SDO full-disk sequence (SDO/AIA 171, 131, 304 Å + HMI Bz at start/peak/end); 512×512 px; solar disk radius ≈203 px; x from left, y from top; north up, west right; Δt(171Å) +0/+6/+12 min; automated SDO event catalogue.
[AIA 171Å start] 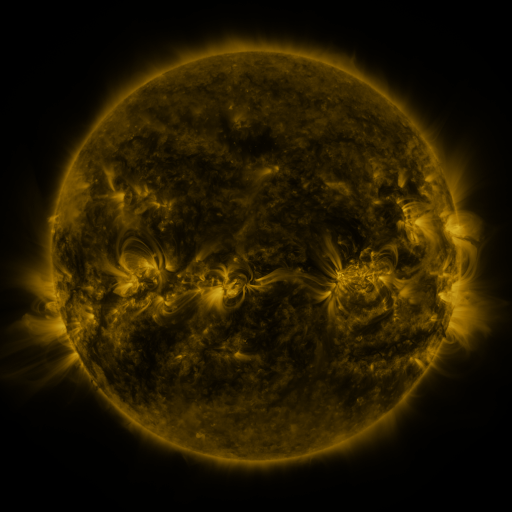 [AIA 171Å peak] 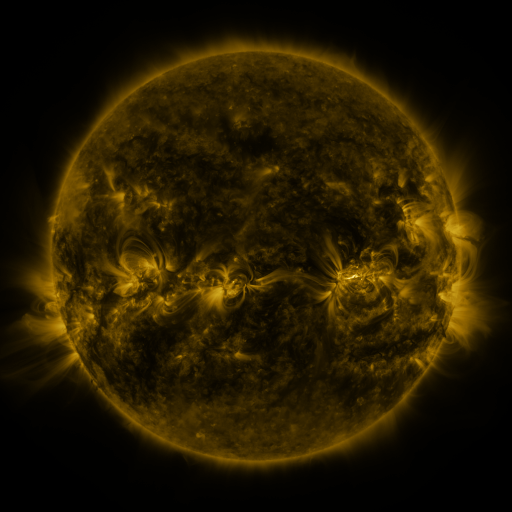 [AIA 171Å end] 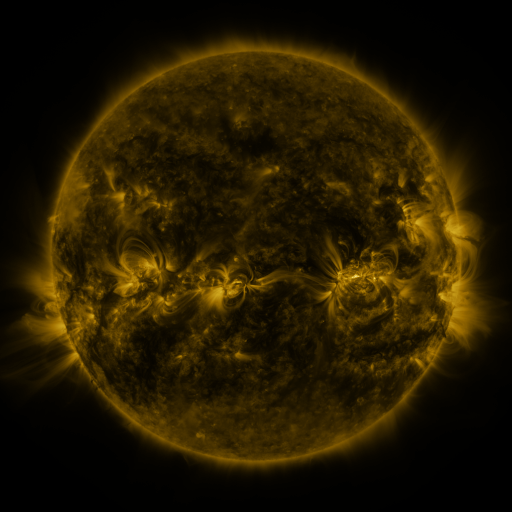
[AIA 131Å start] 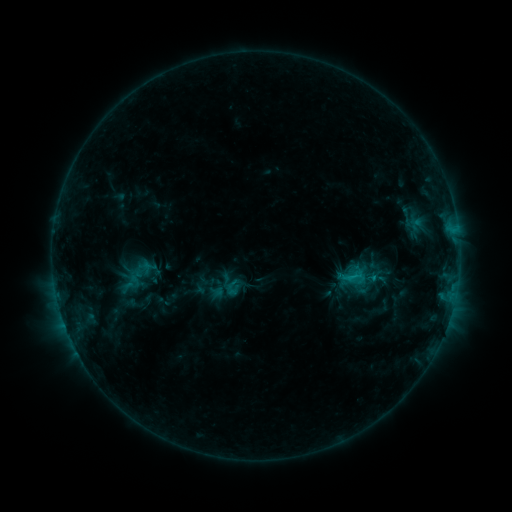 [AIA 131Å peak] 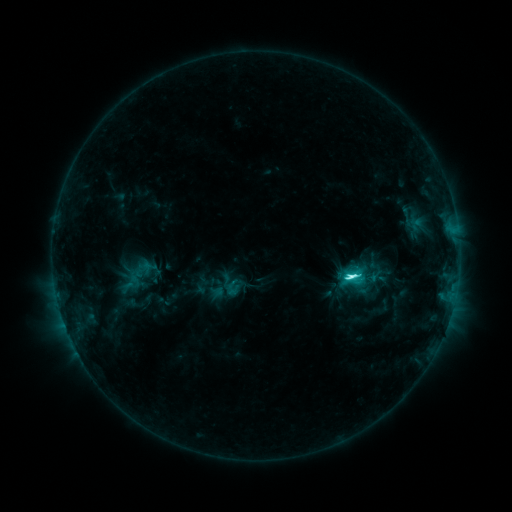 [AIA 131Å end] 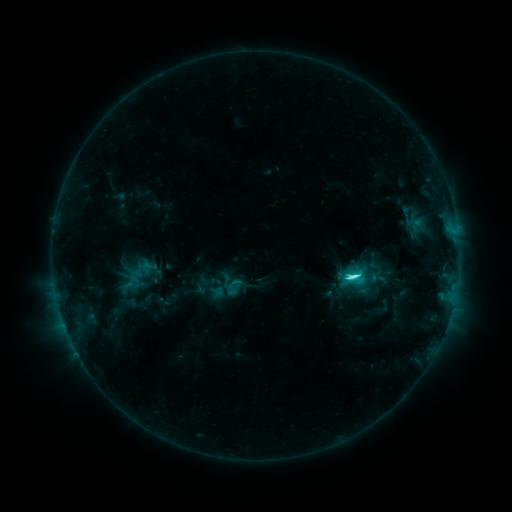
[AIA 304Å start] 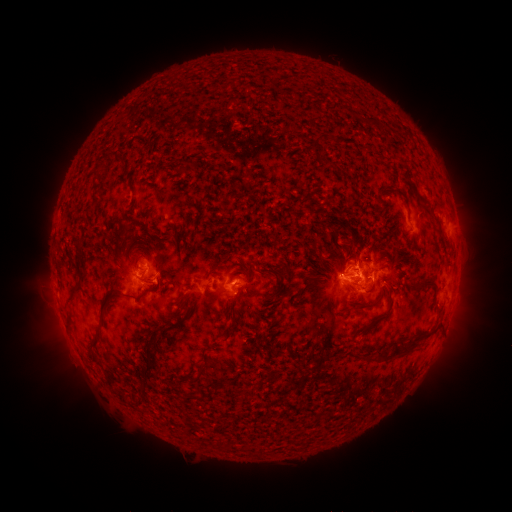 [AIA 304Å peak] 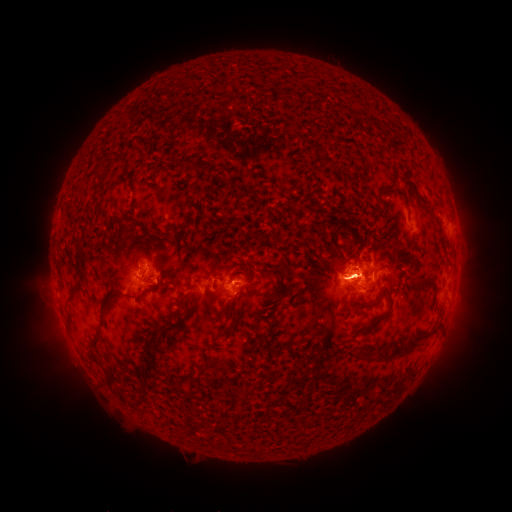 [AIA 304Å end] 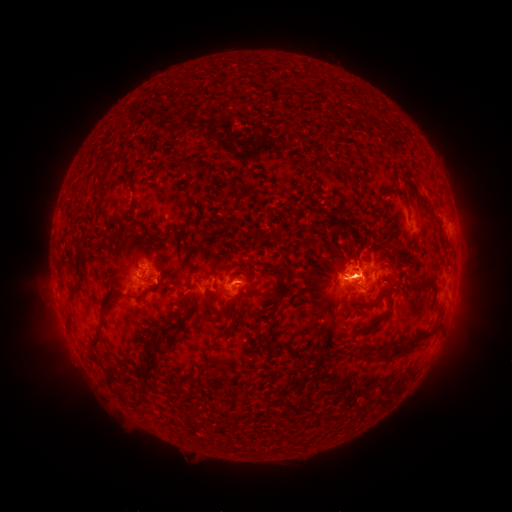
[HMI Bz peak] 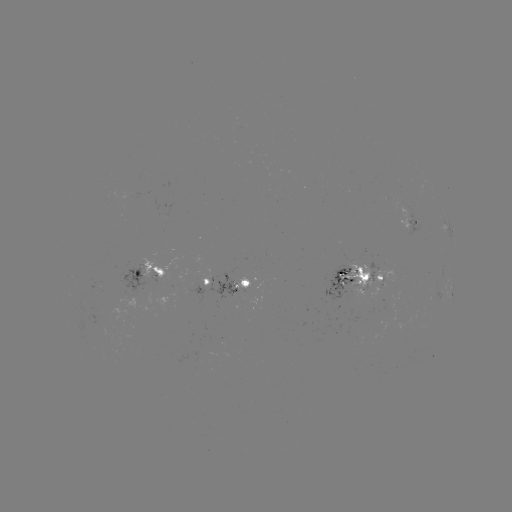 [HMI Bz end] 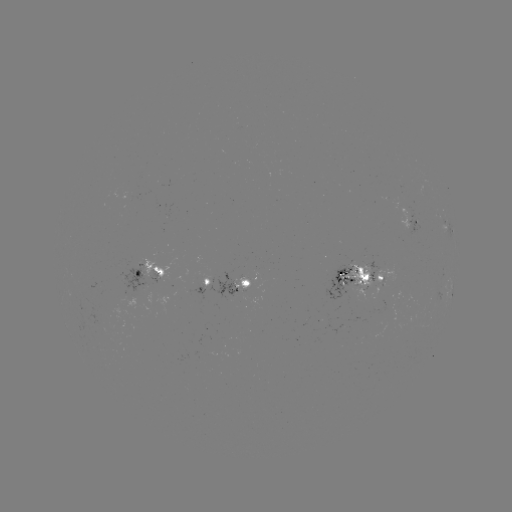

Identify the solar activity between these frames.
C7.2 flare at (346, 273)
